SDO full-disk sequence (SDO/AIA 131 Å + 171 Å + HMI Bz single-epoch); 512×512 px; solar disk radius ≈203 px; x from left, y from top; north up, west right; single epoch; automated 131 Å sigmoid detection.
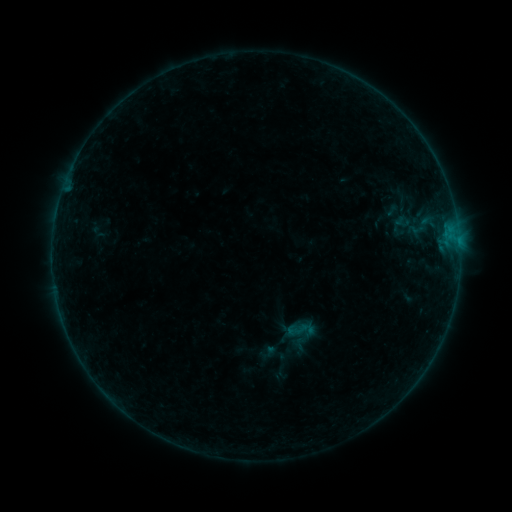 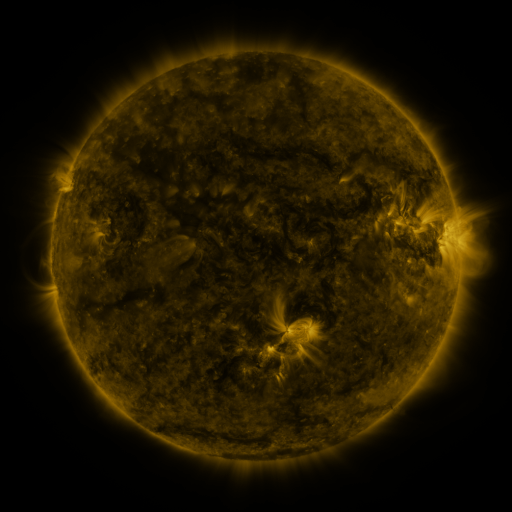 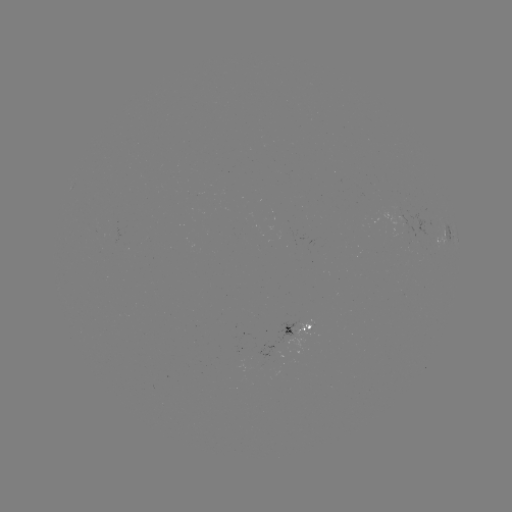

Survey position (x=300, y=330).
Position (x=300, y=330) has sigmoid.